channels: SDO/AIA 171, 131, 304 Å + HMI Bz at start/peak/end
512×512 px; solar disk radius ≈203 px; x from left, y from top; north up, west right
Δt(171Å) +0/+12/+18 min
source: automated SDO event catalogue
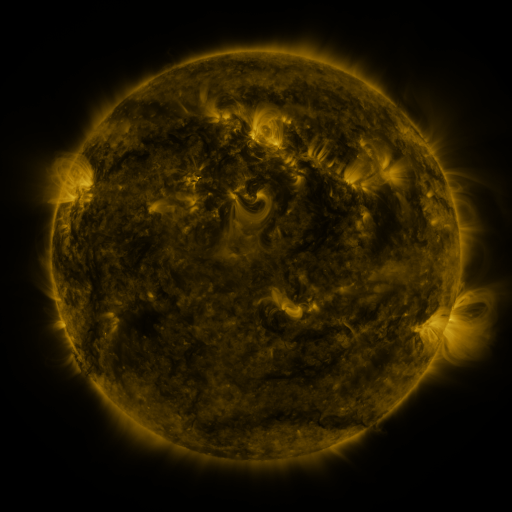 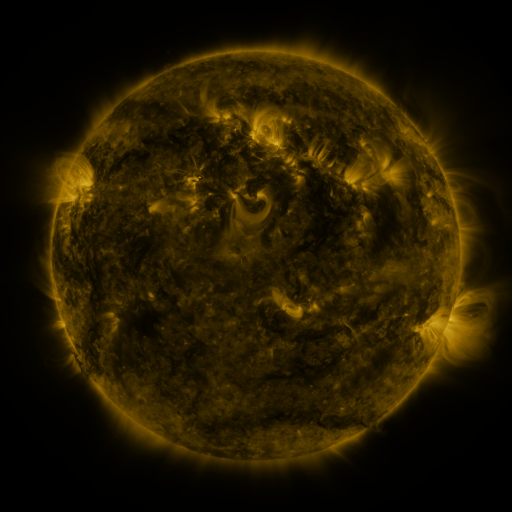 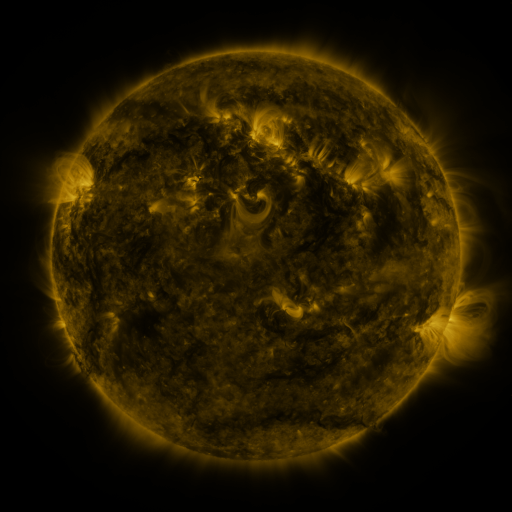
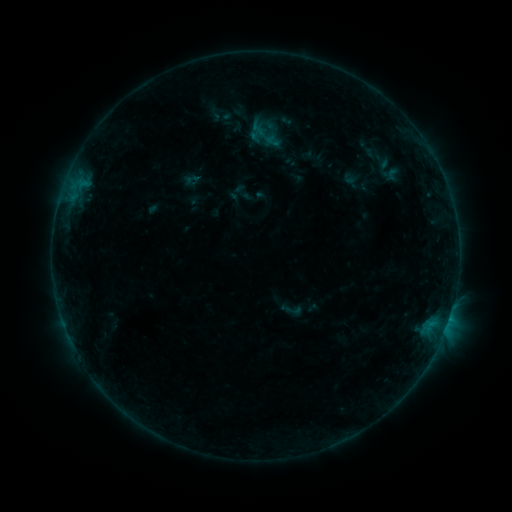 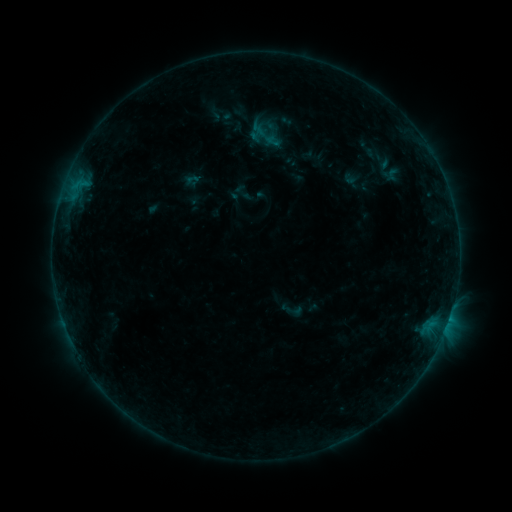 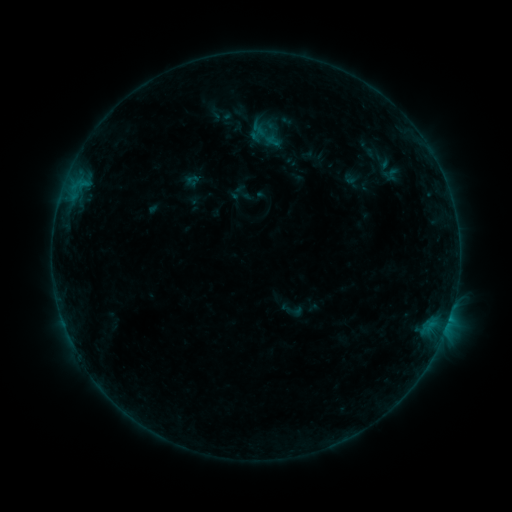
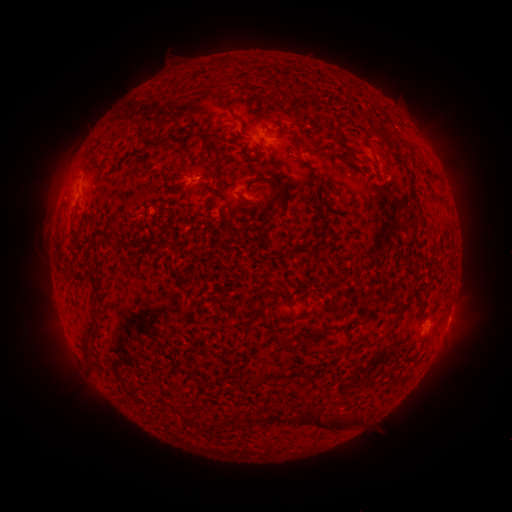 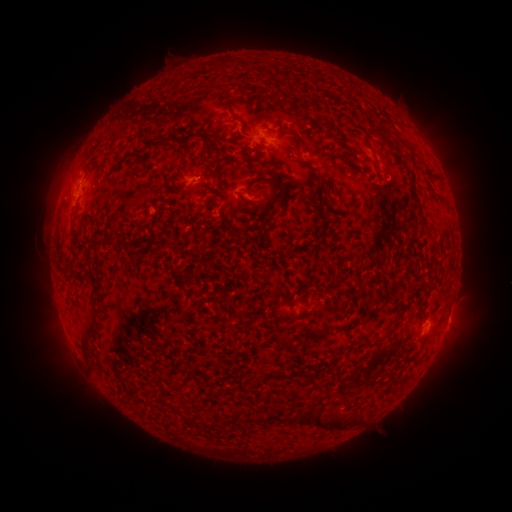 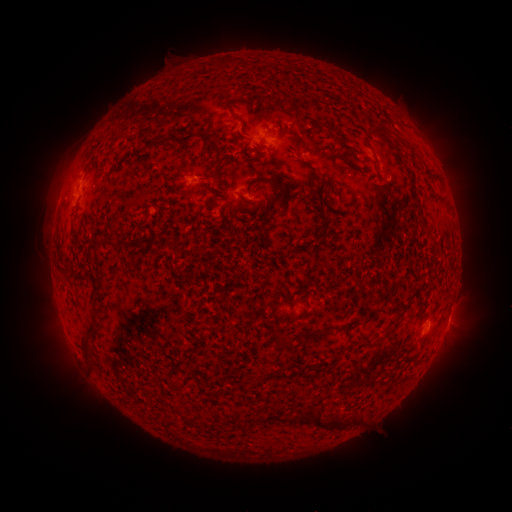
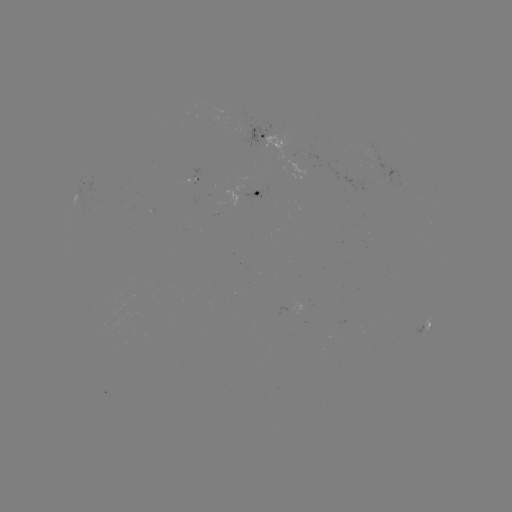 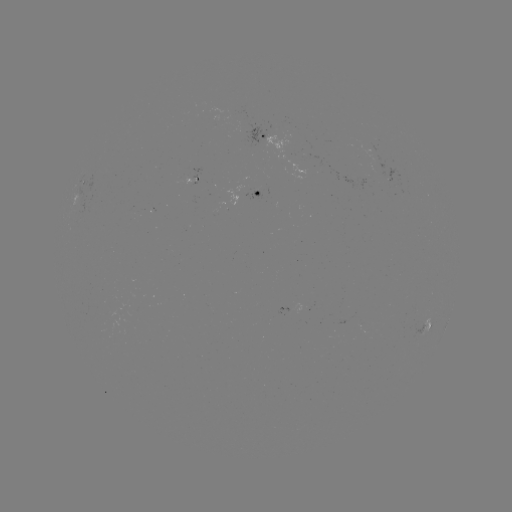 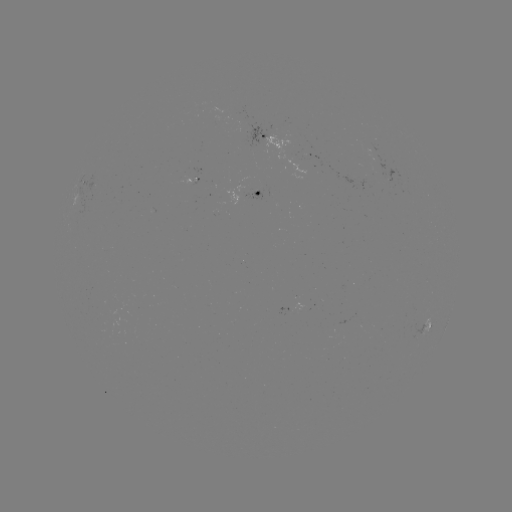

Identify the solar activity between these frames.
B2.8 flare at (79, 184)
